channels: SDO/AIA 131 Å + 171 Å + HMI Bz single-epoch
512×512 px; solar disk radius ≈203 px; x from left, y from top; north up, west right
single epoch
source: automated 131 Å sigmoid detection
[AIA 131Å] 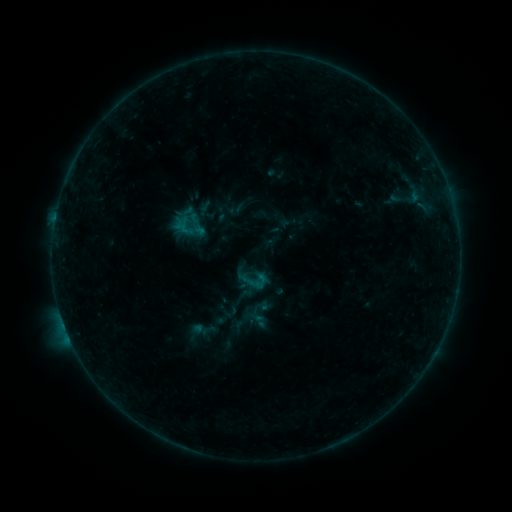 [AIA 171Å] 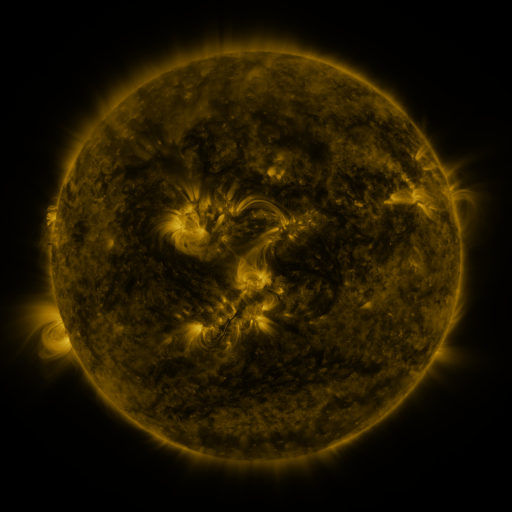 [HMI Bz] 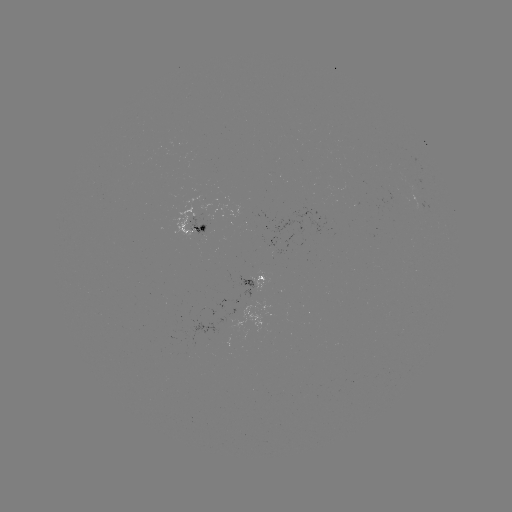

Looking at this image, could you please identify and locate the sigmoid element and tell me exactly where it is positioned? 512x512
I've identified sigmoid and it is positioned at (253, 280).